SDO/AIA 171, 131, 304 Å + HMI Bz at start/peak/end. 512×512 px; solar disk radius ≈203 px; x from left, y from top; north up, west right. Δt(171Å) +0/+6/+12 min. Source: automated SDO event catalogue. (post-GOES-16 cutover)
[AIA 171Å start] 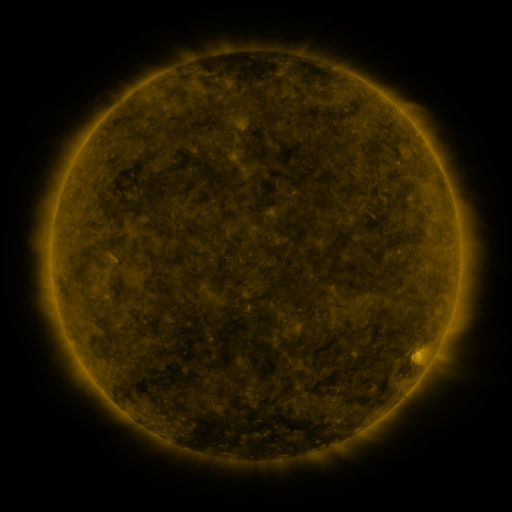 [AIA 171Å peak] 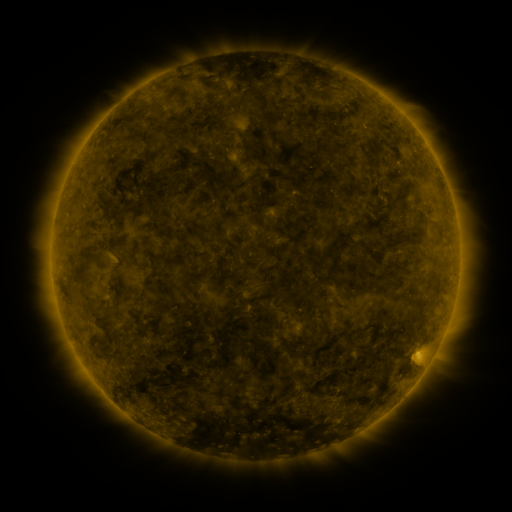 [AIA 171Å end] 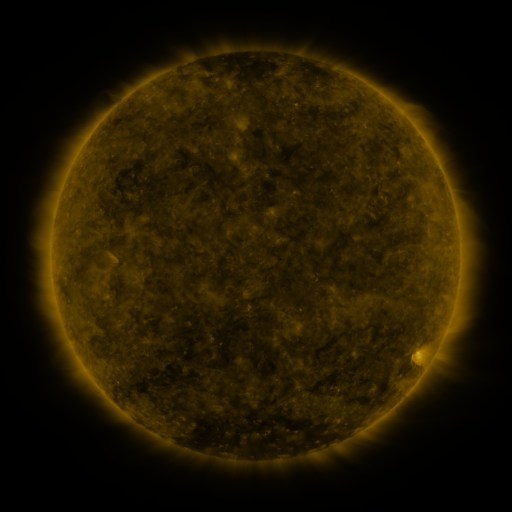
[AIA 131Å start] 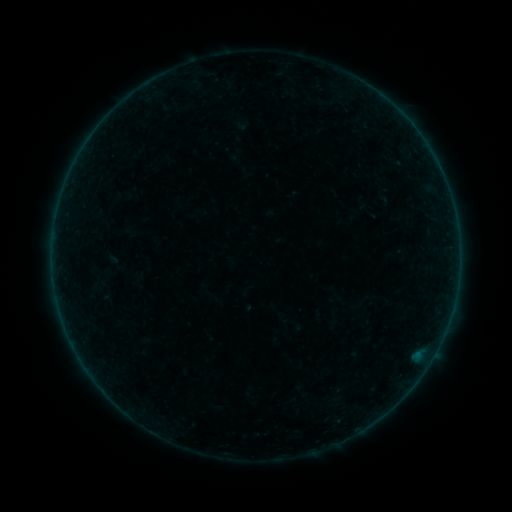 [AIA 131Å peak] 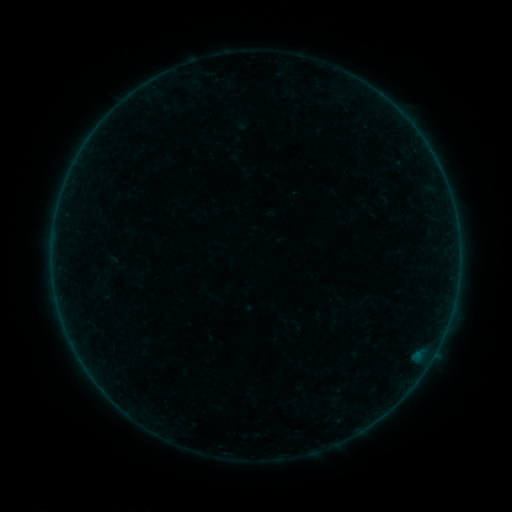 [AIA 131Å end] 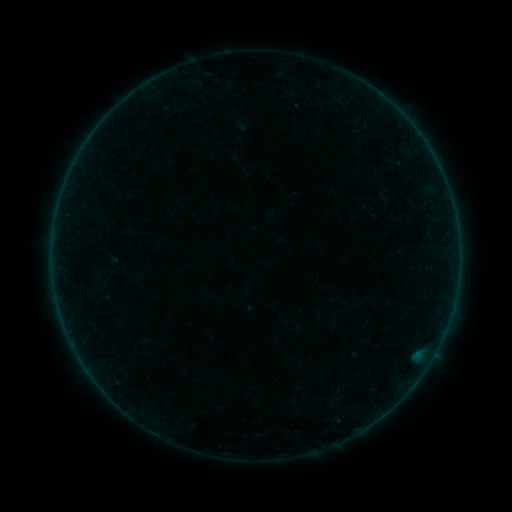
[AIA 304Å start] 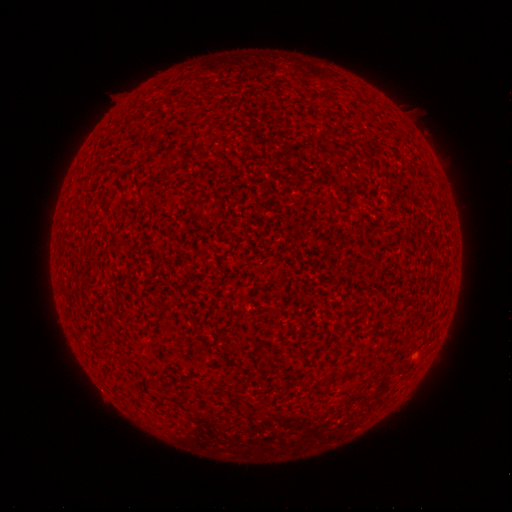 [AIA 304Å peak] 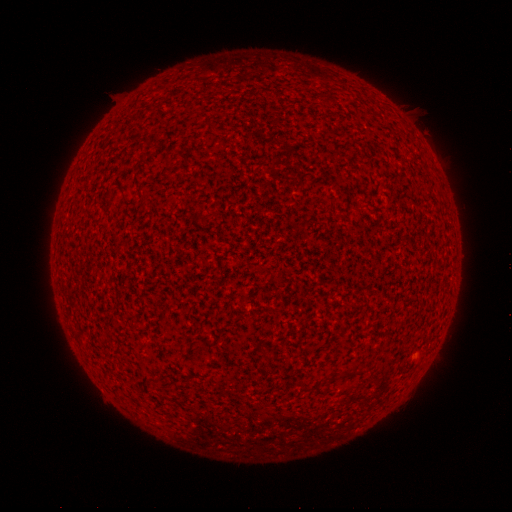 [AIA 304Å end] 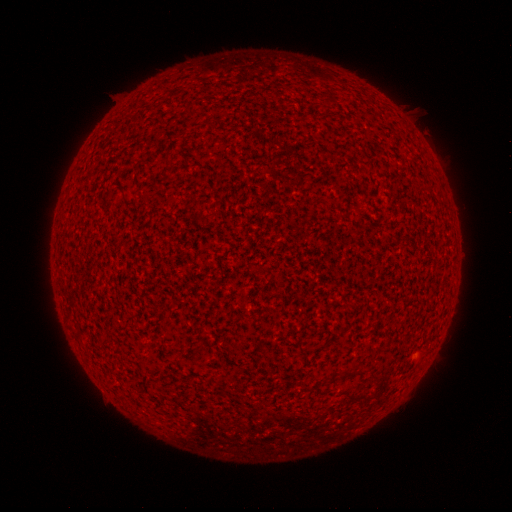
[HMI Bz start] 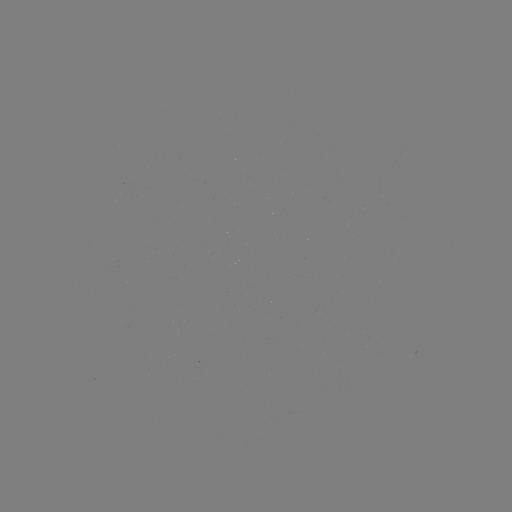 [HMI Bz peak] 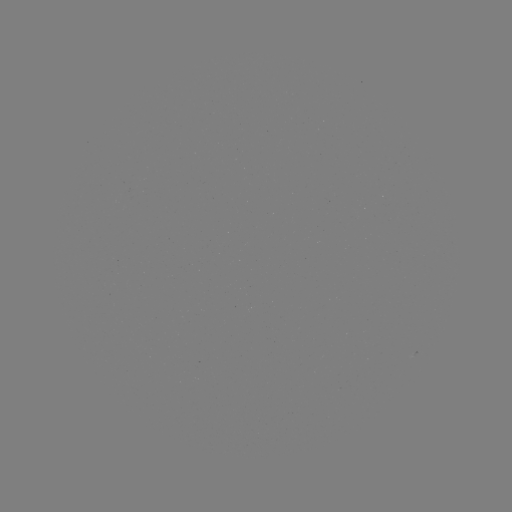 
no flare in any classed list; no EUV-trigger detection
